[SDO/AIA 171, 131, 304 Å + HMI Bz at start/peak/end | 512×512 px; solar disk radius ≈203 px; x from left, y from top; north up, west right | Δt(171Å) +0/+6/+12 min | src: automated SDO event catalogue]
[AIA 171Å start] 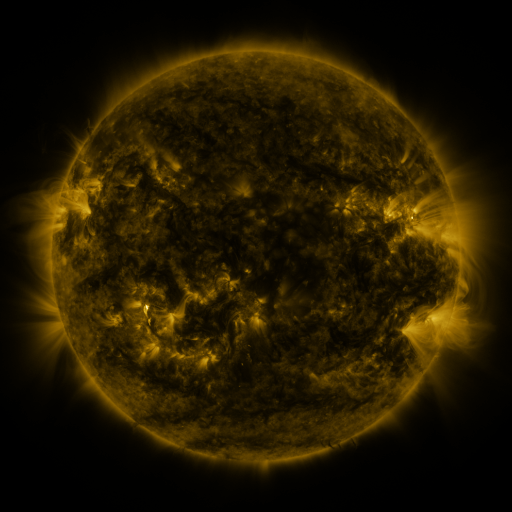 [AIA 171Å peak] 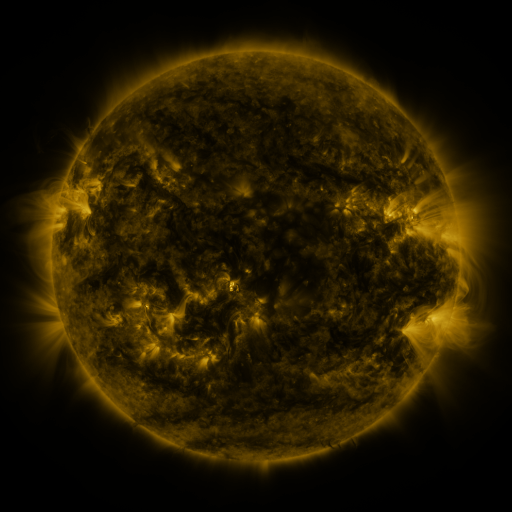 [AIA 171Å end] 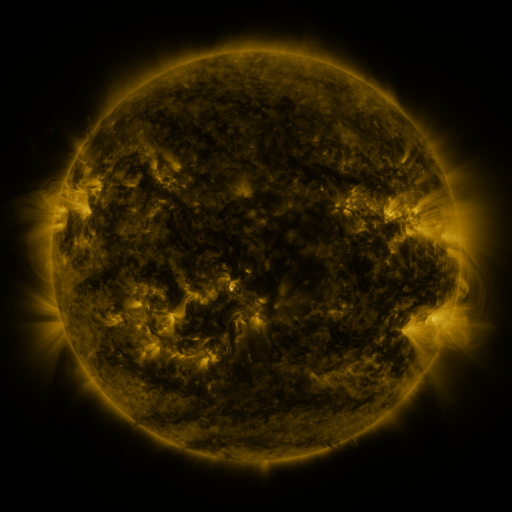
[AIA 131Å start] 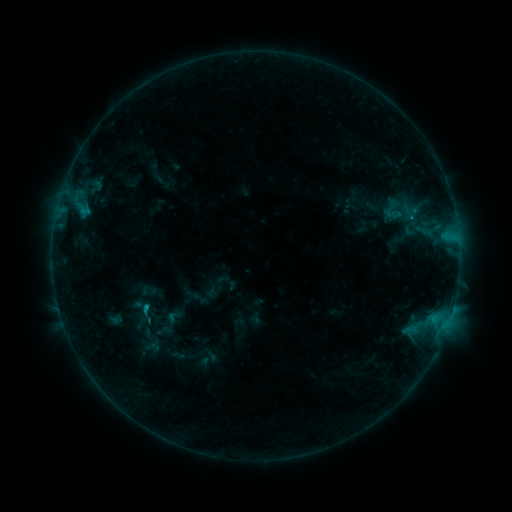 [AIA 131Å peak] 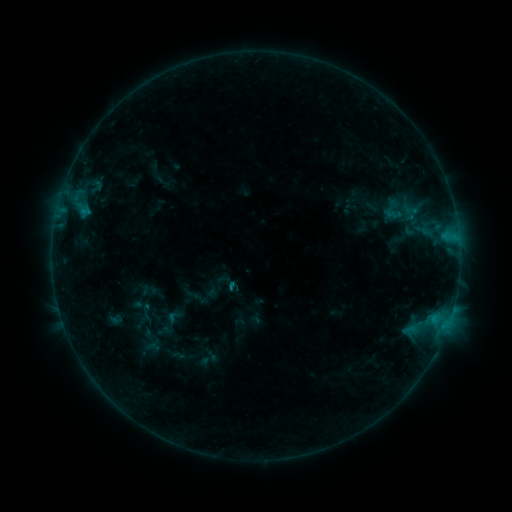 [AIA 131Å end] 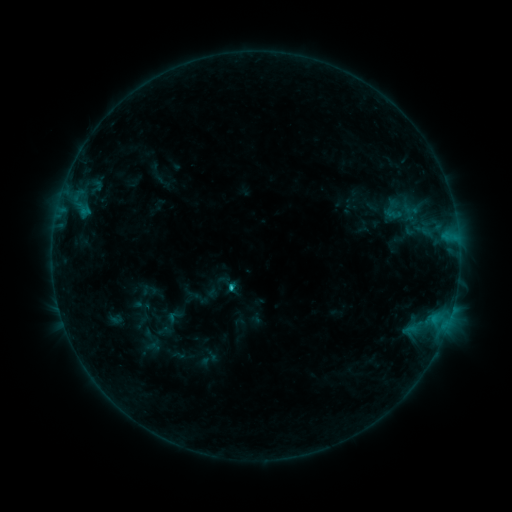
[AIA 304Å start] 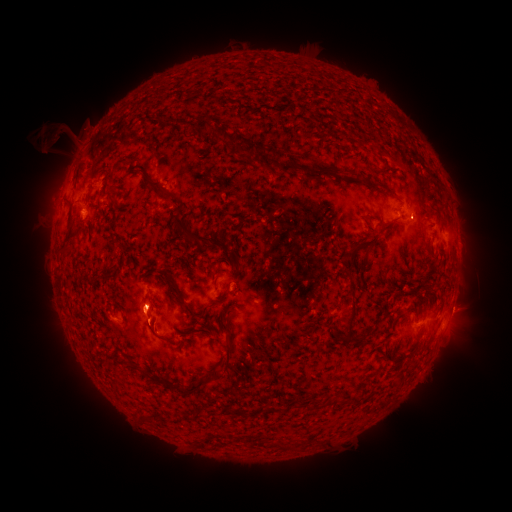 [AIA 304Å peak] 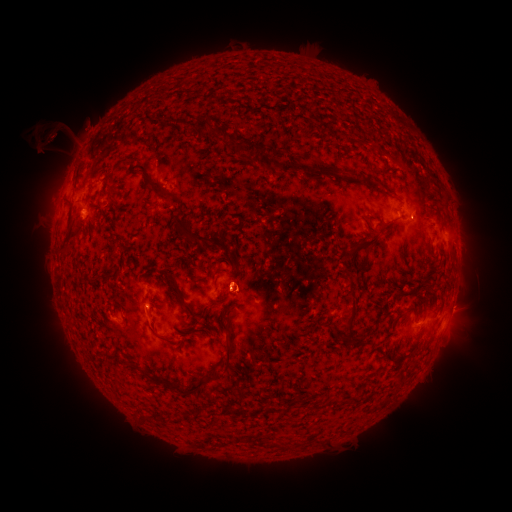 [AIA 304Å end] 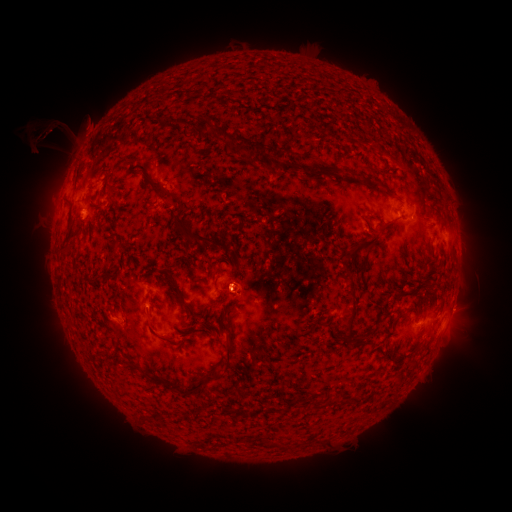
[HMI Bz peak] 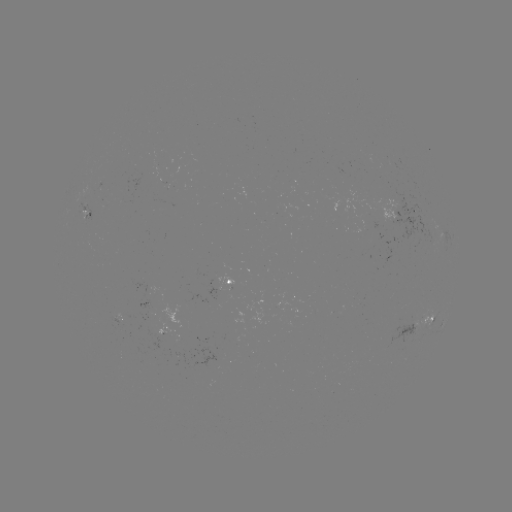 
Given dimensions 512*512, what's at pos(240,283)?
eruption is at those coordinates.